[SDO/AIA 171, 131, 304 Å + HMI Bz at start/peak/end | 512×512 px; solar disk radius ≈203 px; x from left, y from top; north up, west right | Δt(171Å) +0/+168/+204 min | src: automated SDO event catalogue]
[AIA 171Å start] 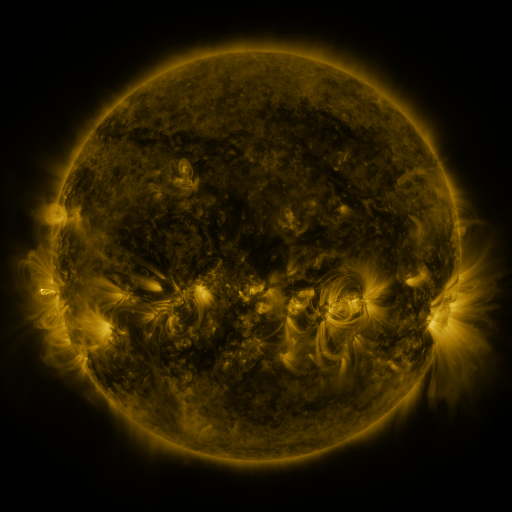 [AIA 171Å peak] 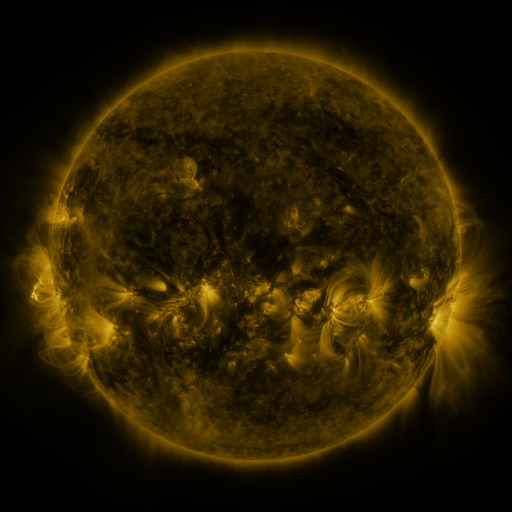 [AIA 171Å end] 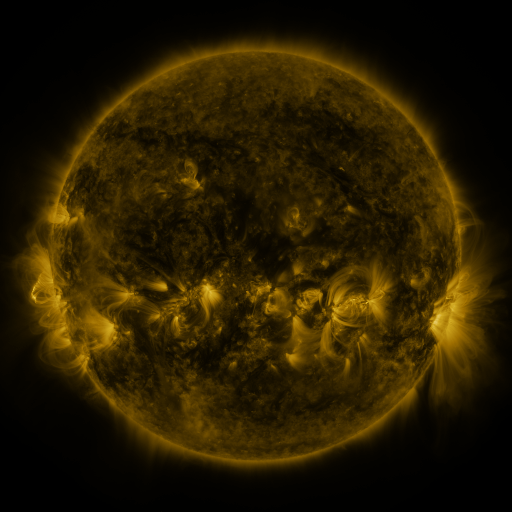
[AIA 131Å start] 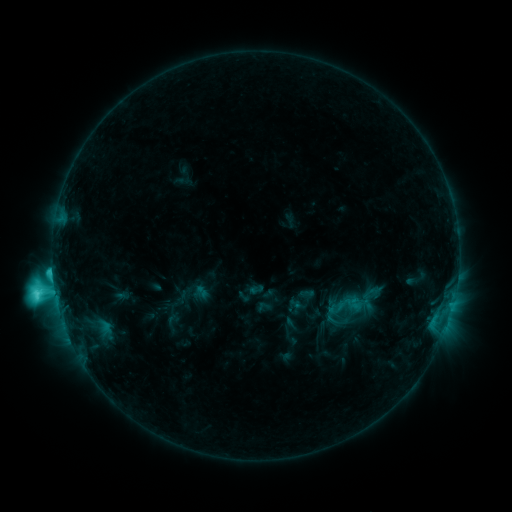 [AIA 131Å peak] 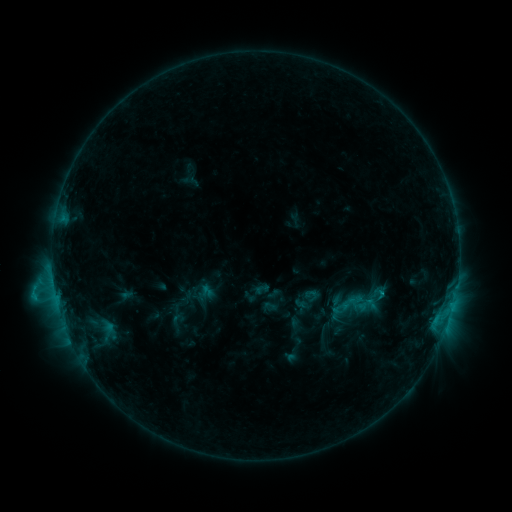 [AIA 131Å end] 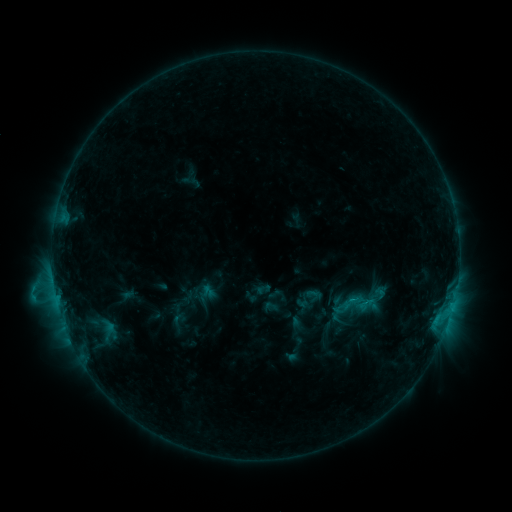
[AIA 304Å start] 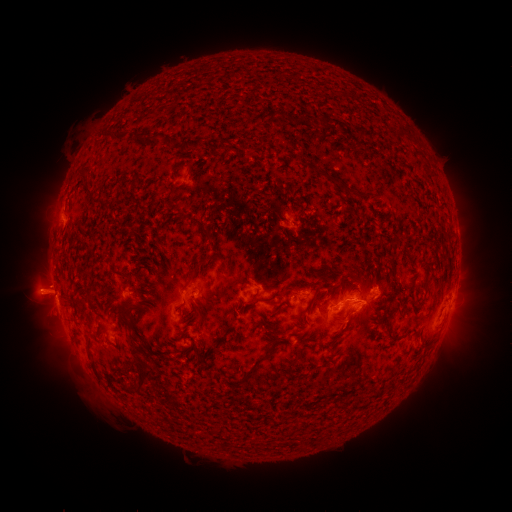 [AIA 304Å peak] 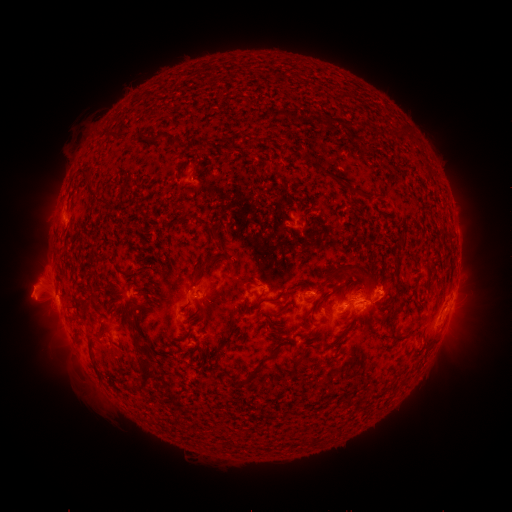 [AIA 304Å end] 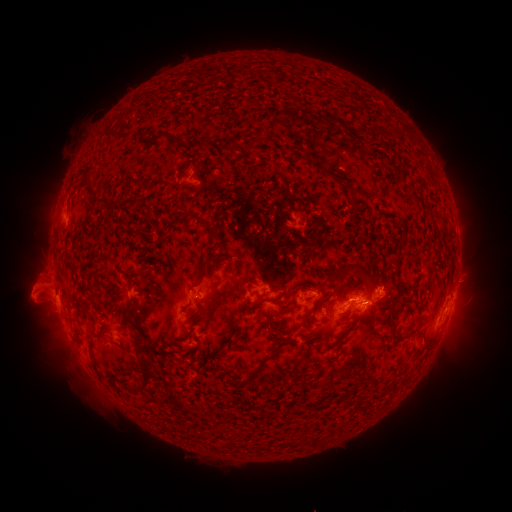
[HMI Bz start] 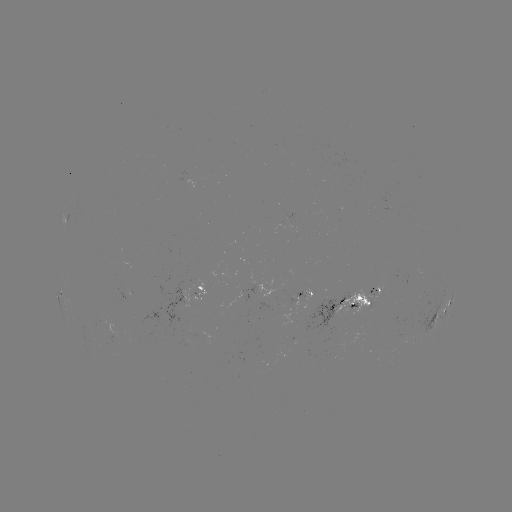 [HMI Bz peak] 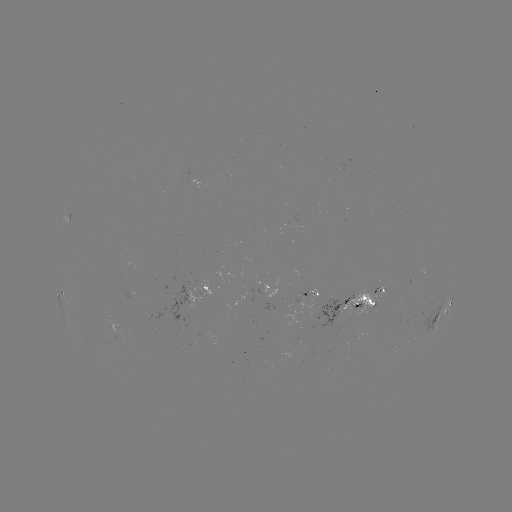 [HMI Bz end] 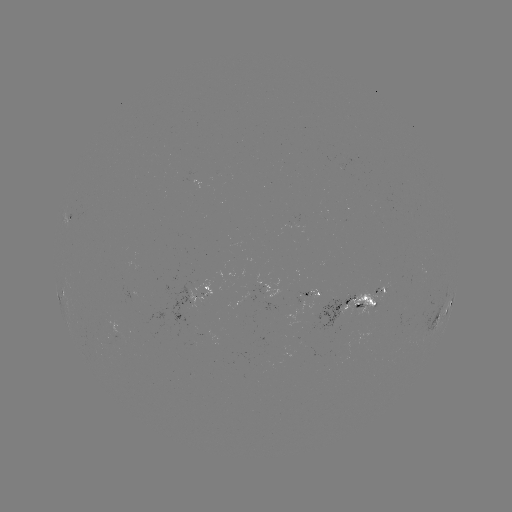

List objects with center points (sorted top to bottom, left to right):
emerging-flux region: (302, 296)
